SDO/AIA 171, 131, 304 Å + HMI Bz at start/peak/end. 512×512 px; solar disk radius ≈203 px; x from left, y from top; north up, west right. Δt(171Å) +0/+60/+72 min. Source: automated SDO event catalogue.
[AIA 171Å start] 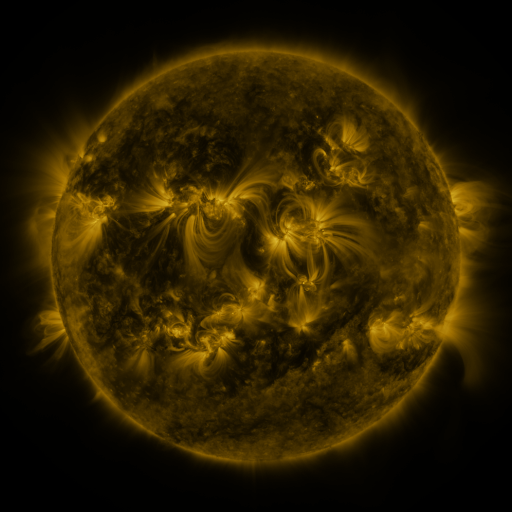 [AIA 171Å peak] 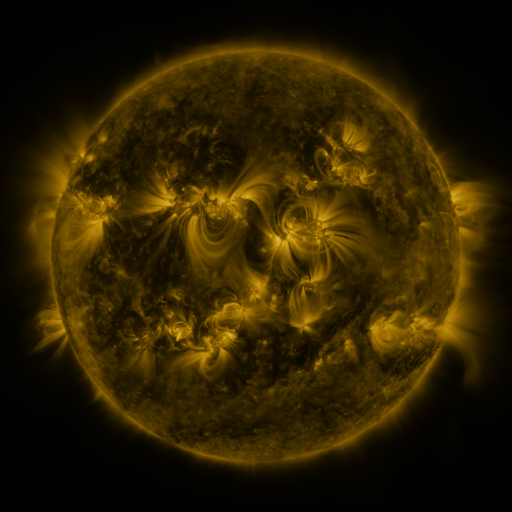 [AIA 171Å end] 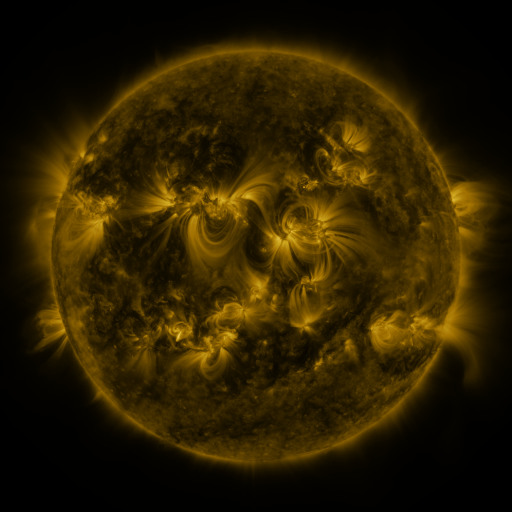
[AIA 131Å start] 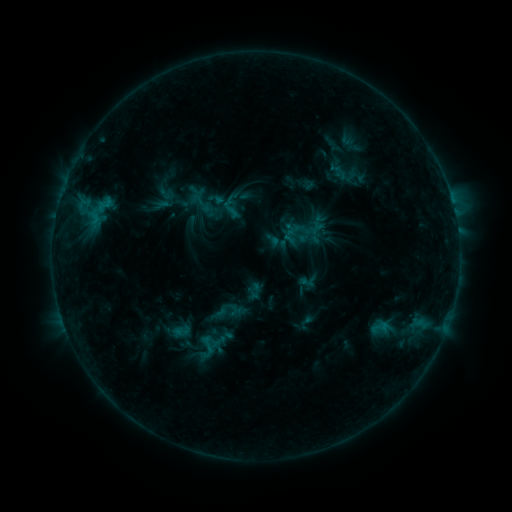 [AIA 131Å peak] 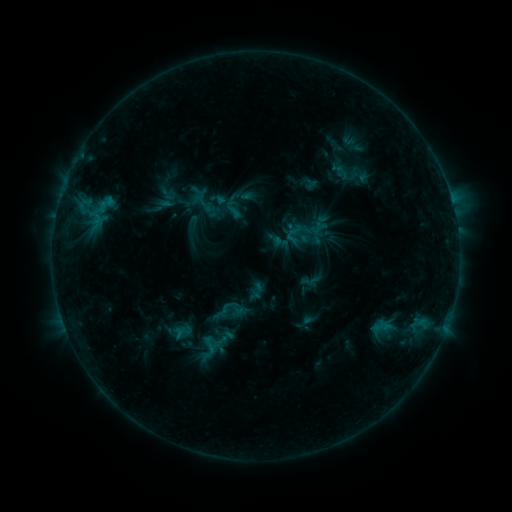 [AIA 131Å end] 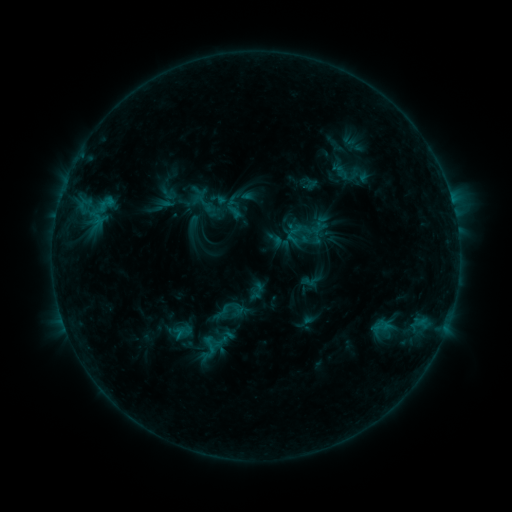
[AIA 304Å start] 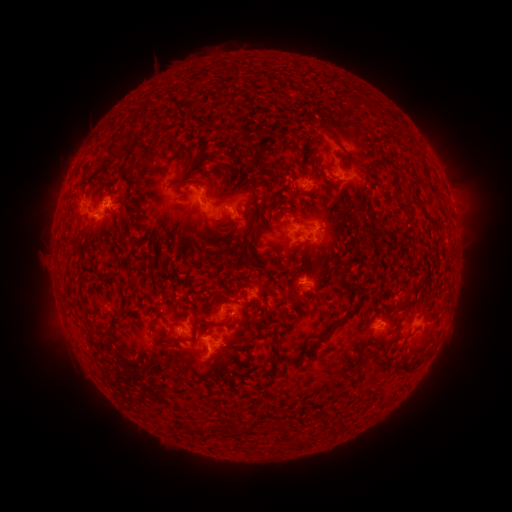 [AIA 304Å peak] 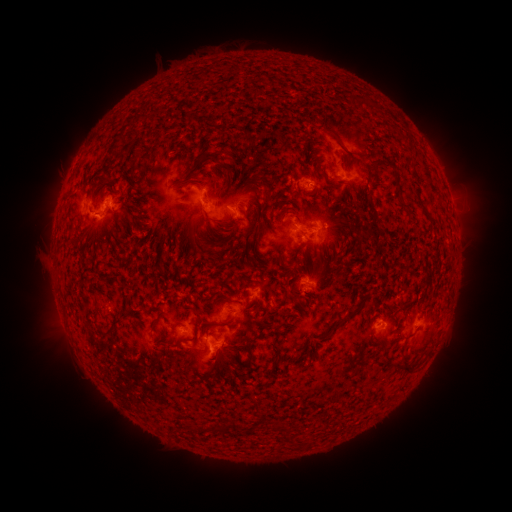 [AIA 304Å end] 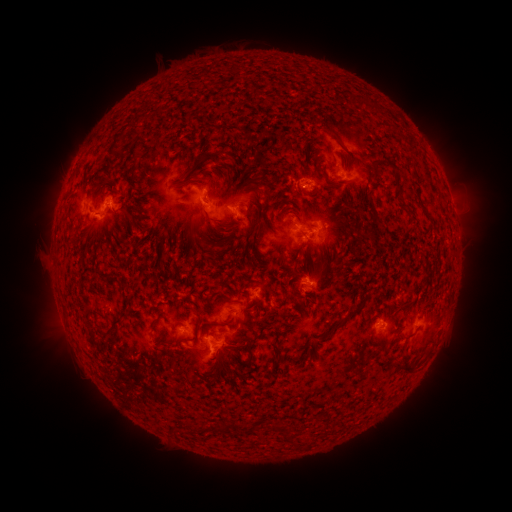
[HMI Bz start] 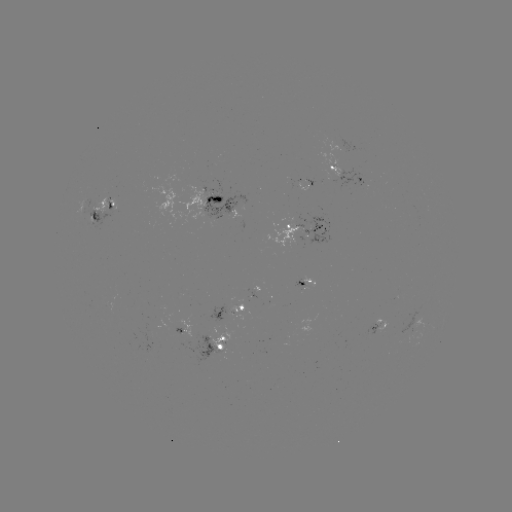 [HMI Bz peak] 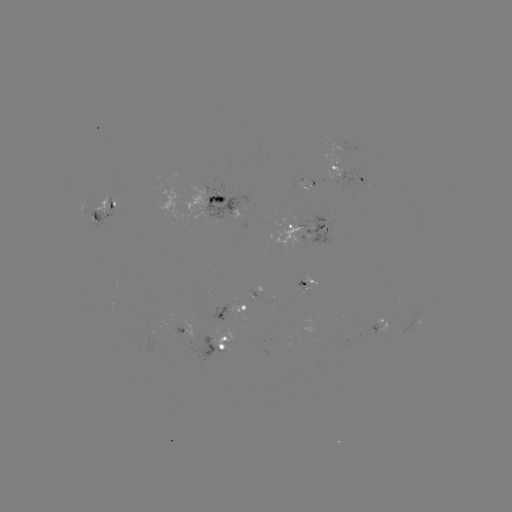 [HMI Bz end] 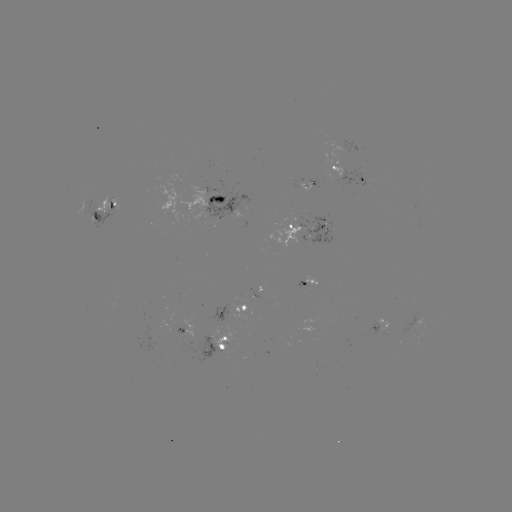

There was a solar emerging-flux region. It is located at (313, 233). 